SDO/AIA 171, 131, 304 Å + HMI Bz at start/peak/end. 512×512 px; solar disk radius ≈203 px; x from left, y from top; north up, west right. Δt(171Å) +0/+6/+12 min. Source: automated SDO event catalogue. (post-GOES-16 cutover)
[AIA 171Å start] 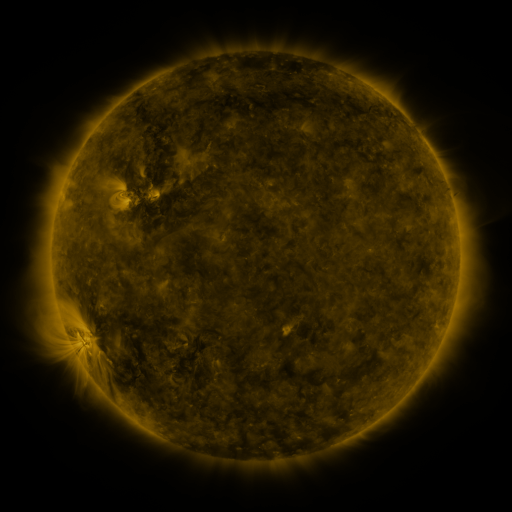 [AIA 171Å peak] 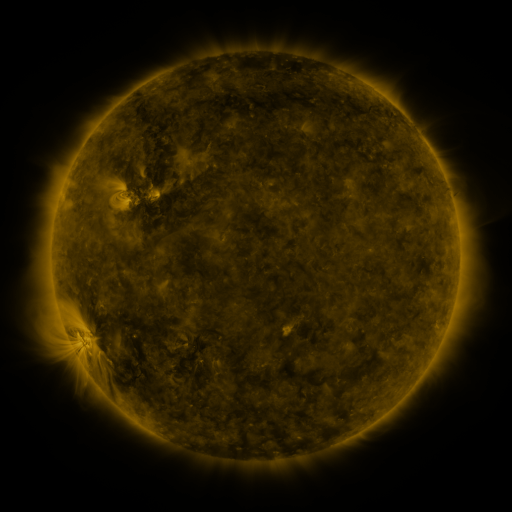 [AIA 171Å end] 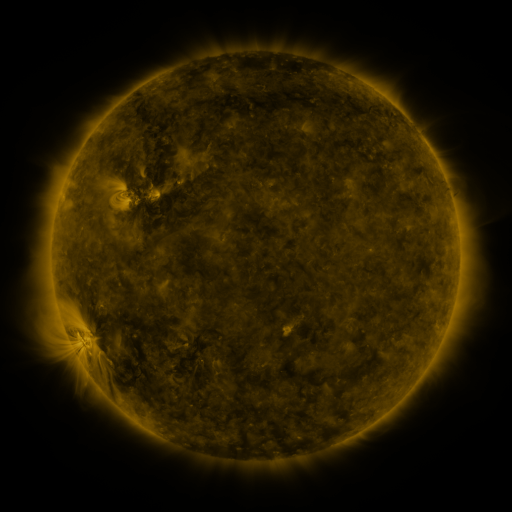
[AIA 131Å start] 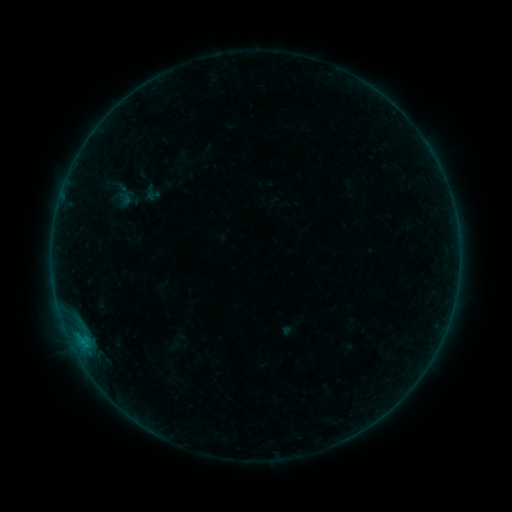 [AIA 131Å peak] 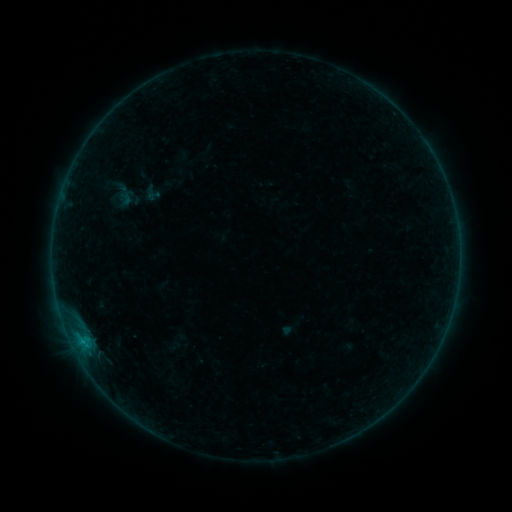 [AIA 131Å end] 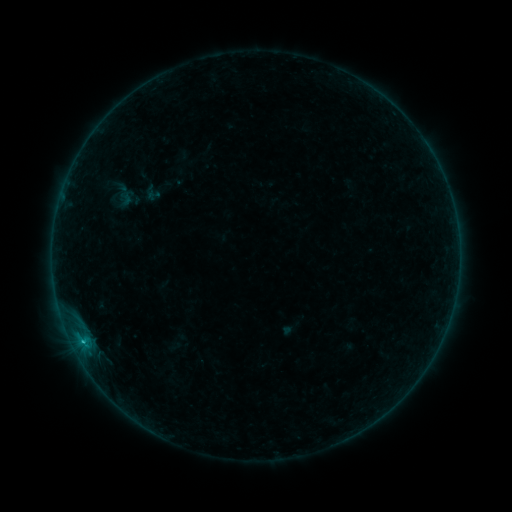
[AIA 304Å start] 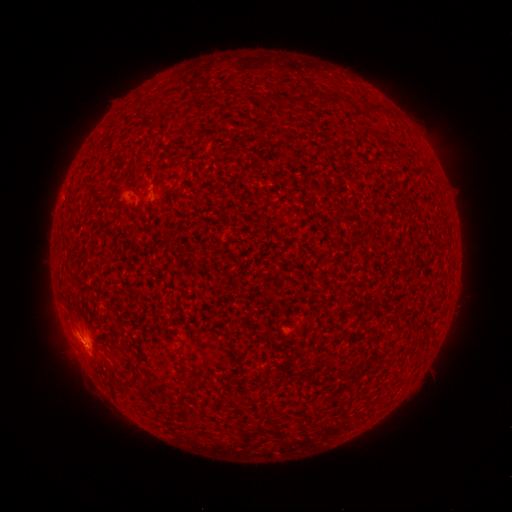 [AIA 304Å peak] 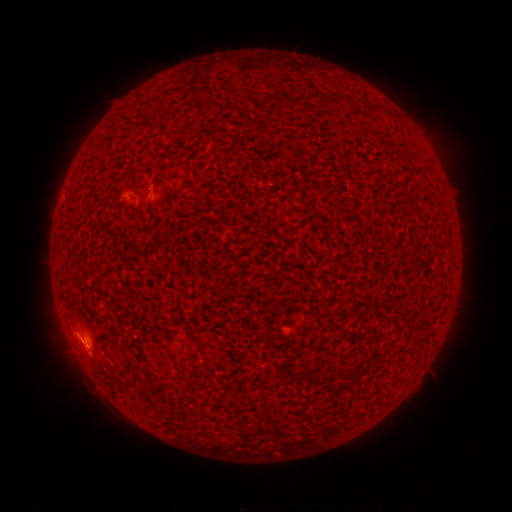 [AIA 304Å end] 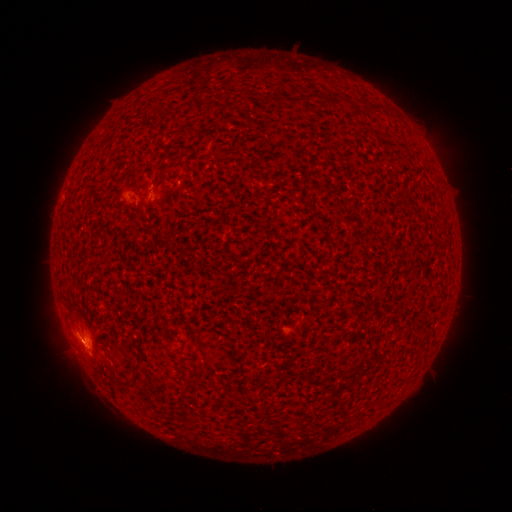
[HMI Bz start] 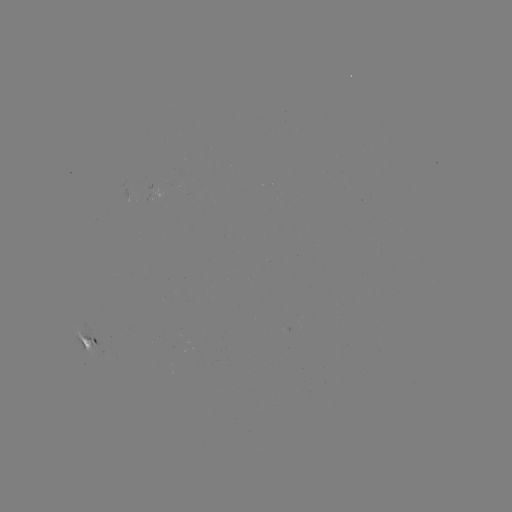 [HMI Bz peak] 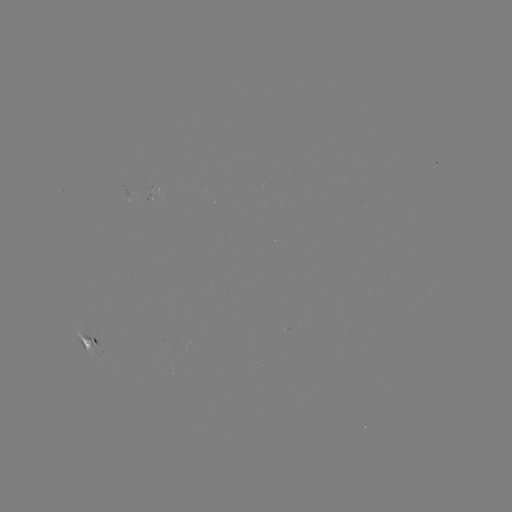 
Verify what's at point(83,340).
C1.1 flare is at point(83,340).